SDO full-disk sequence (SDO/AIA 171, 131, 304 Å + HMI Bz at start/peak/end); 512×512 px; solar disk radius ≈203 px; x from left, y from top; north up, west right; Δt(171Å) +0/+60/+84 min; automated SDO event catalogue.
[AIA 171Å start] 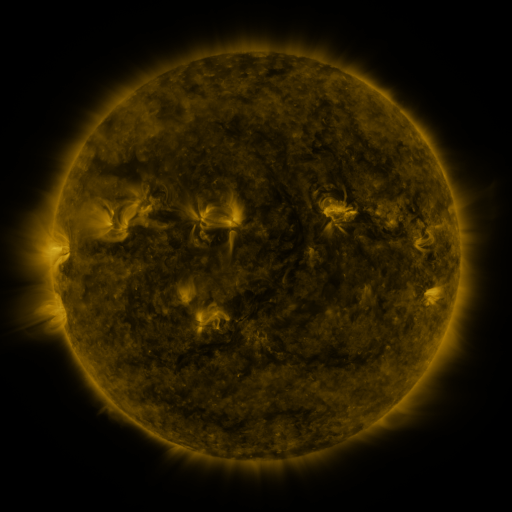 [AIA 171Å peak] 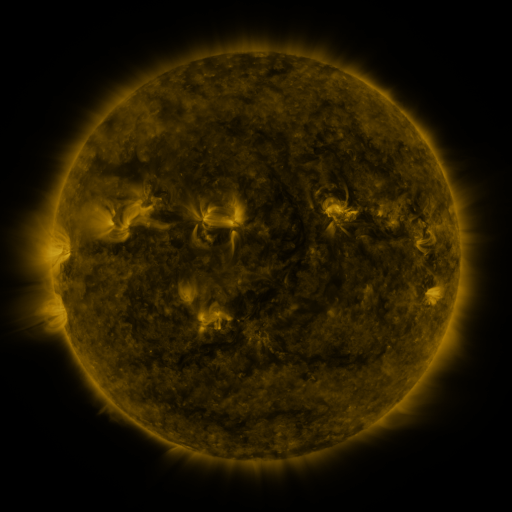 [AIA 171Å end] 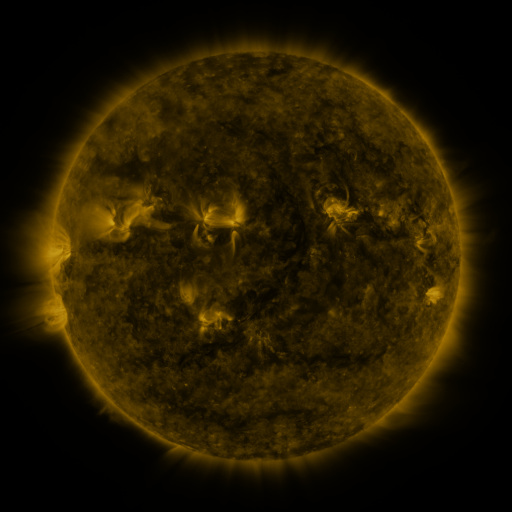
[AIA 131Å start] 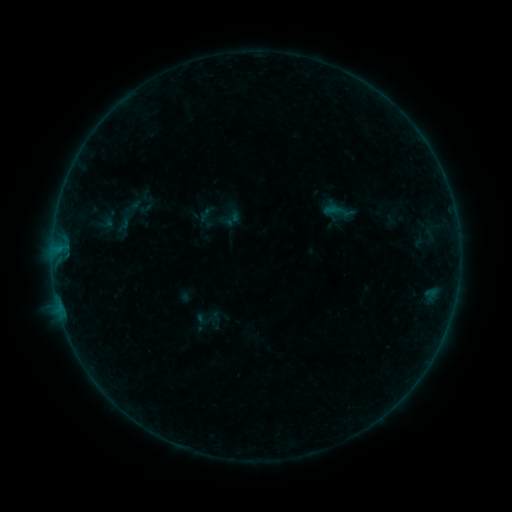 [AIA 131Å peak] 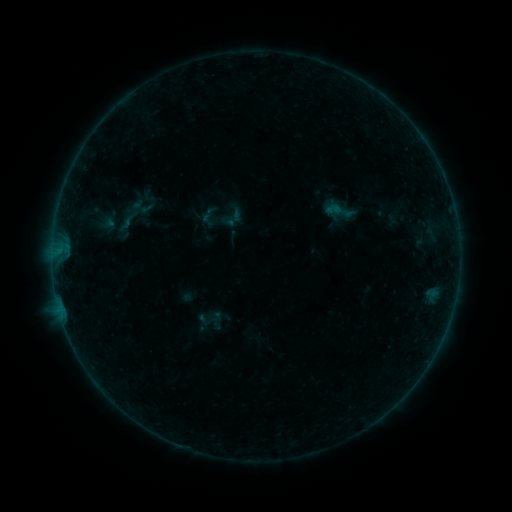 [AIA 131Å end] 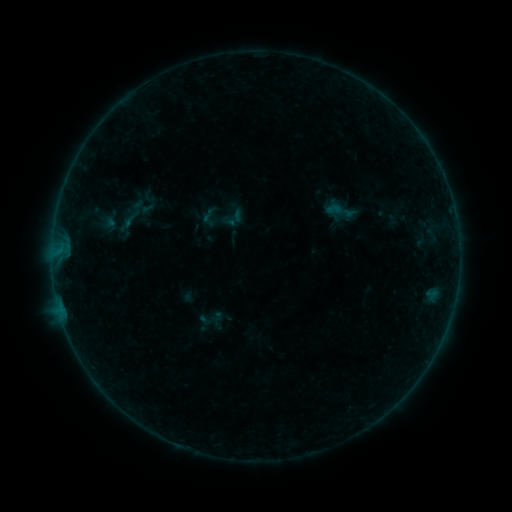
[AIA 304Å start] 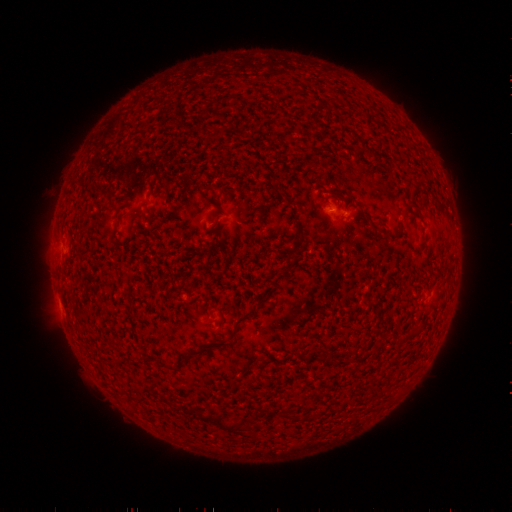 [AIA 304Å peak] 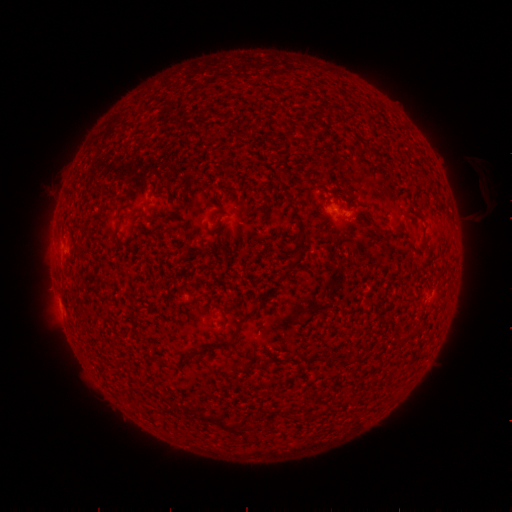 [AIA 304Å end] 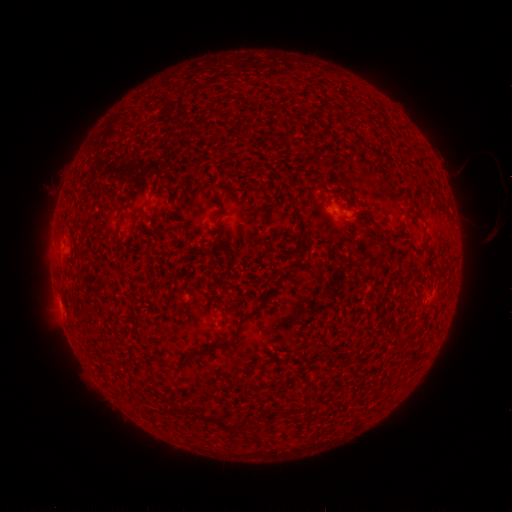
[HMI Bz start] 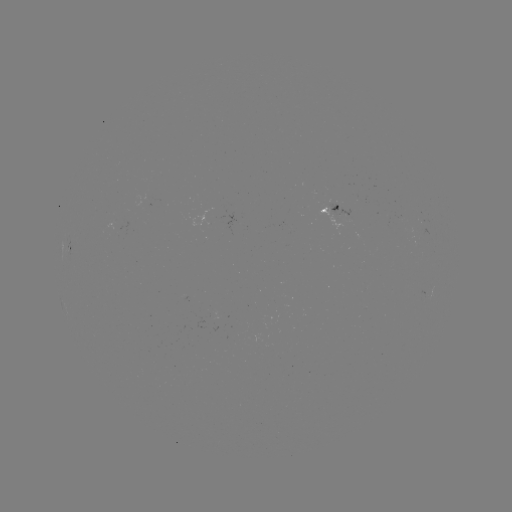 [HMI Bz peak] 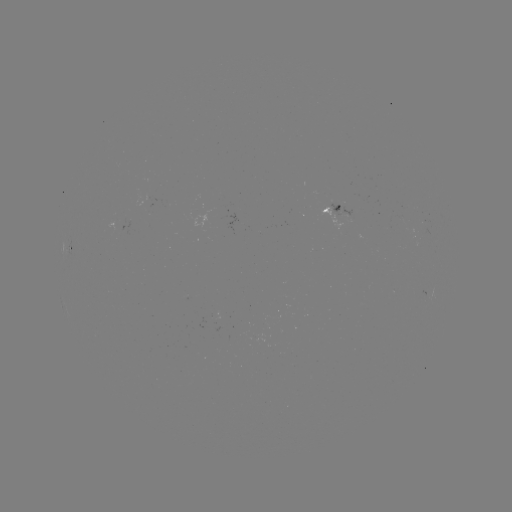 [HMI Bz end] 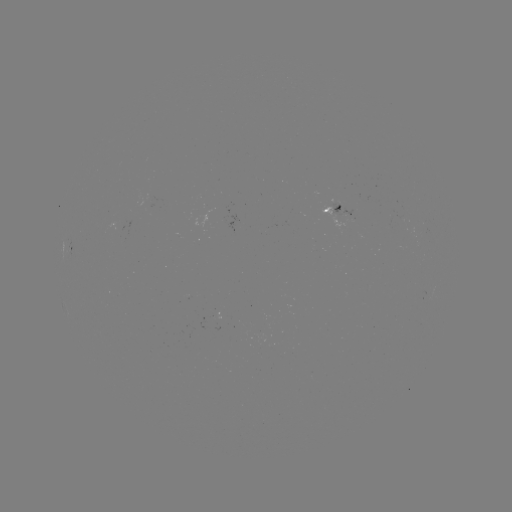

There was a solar emerging-flux region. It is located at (148, 198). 